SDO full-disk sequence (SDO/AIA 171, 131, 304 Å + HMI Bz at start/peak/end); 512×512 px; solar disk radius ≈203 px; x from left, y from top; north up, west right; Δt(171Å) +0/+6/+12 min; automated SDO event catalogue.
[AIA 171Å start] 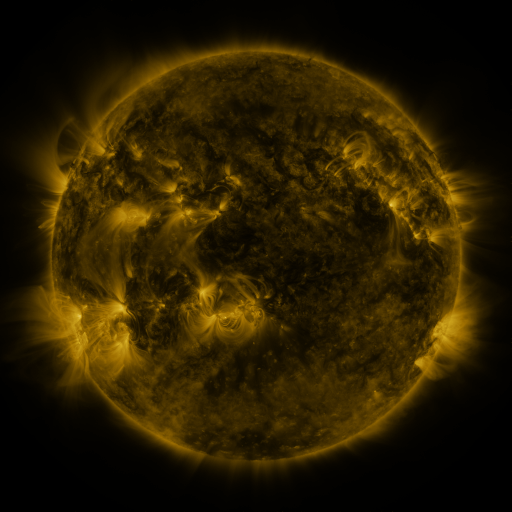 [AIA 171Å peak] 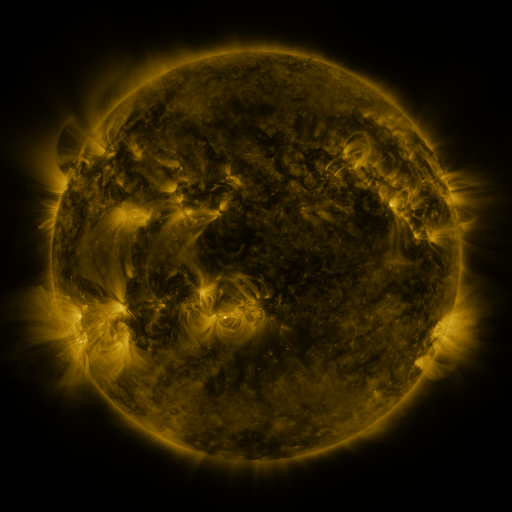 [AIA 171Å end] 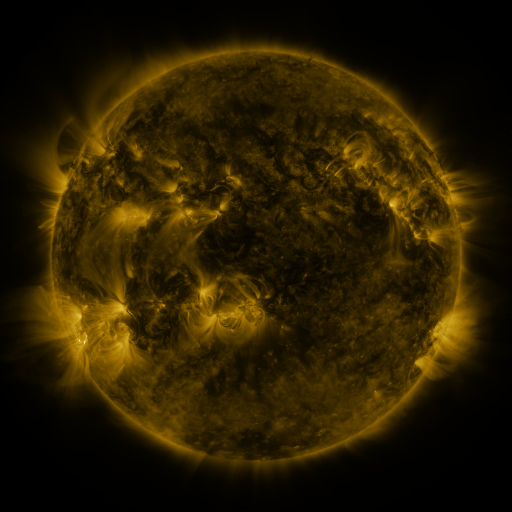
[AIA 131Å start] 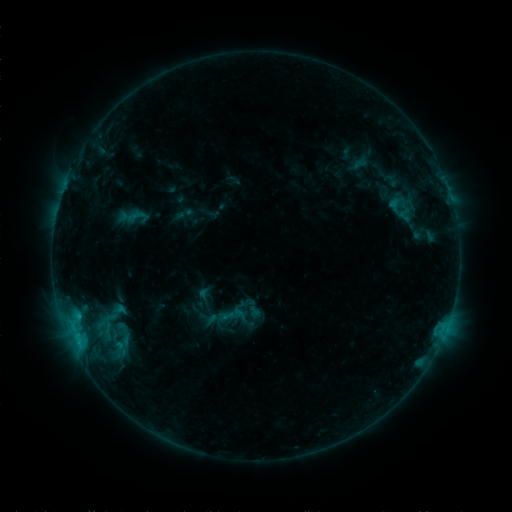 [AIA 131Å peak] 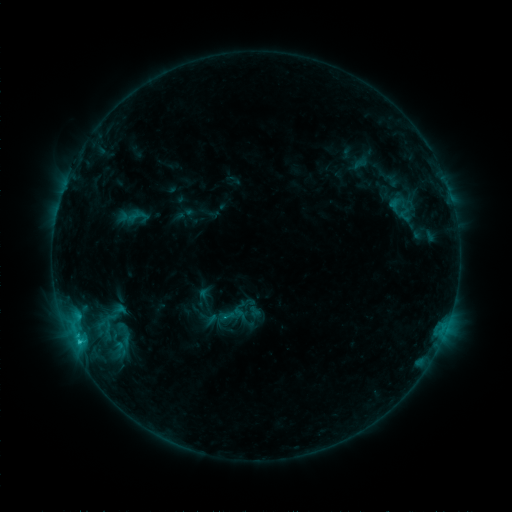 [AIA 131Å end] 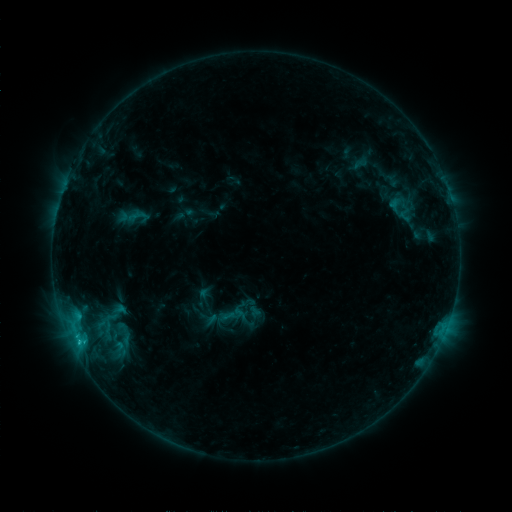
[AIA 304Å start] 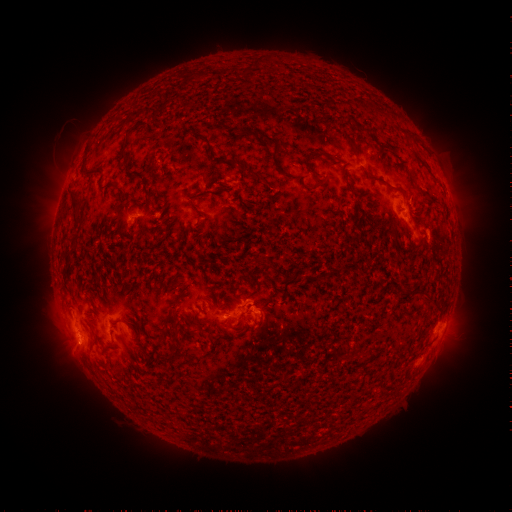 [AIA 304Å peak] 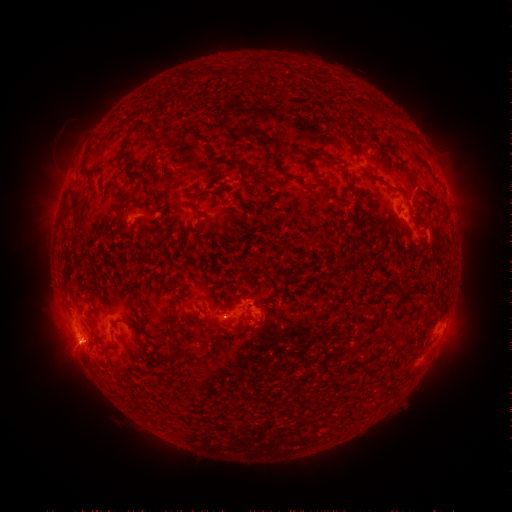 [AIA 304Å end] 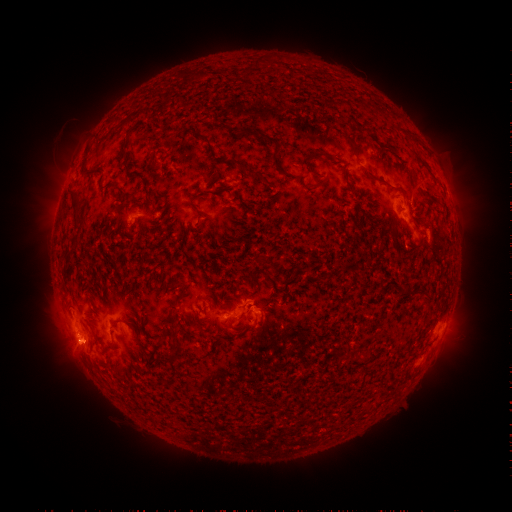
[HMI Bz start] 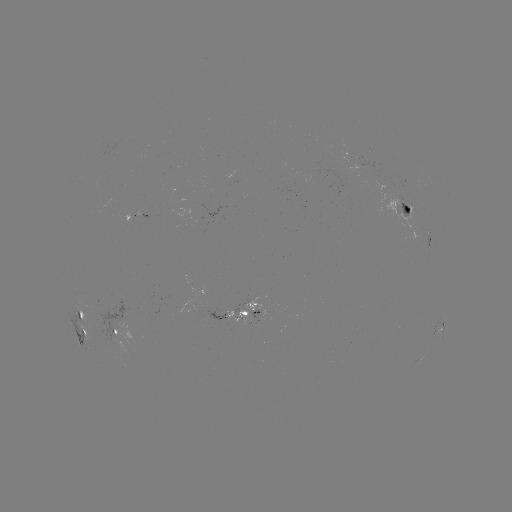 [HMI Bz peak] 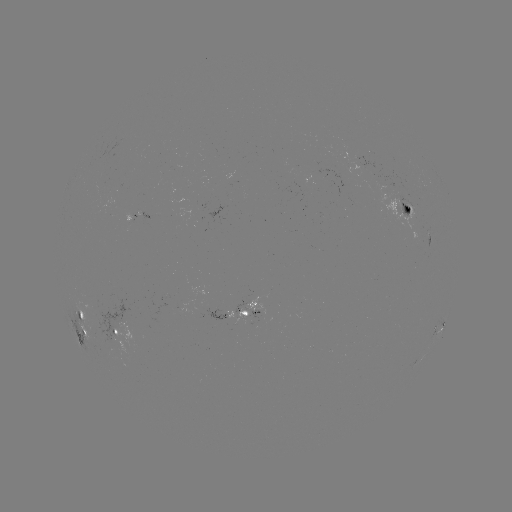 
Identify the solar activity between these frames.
B8.9 flare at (80, 339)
